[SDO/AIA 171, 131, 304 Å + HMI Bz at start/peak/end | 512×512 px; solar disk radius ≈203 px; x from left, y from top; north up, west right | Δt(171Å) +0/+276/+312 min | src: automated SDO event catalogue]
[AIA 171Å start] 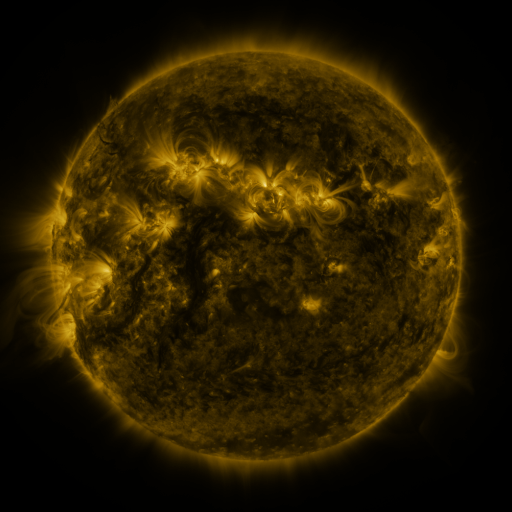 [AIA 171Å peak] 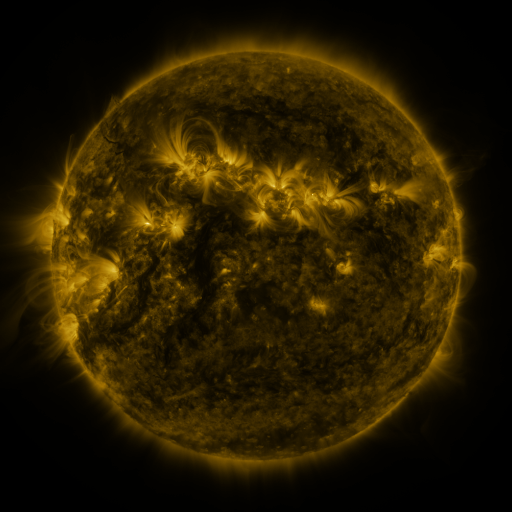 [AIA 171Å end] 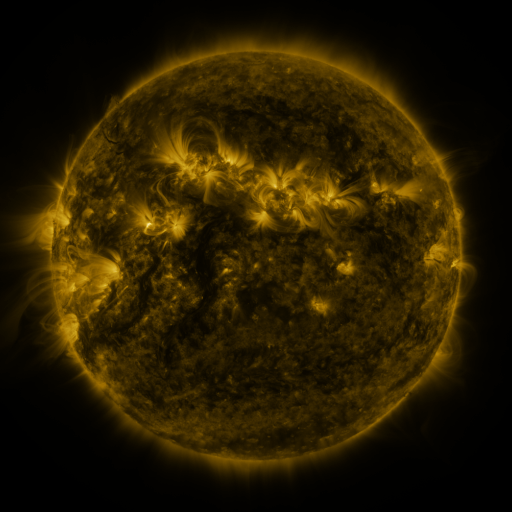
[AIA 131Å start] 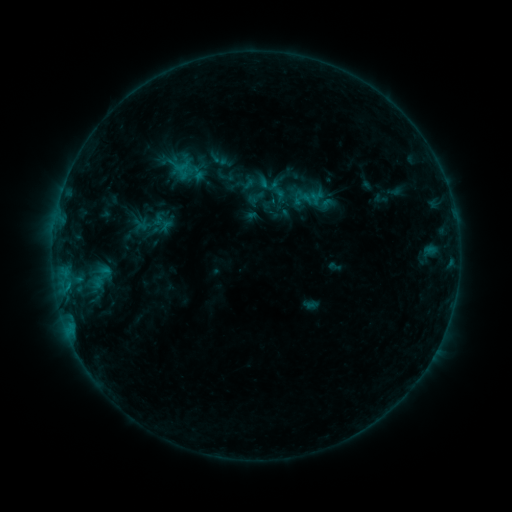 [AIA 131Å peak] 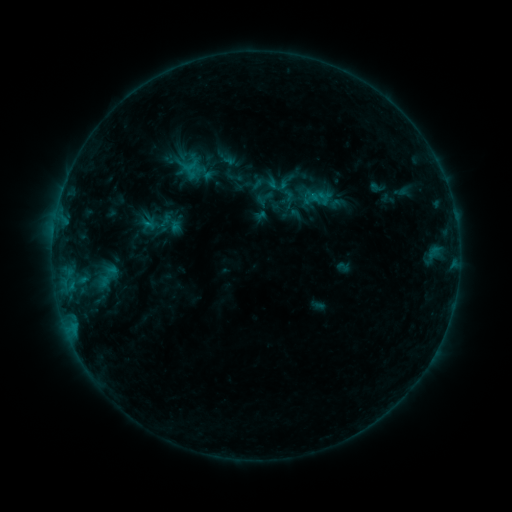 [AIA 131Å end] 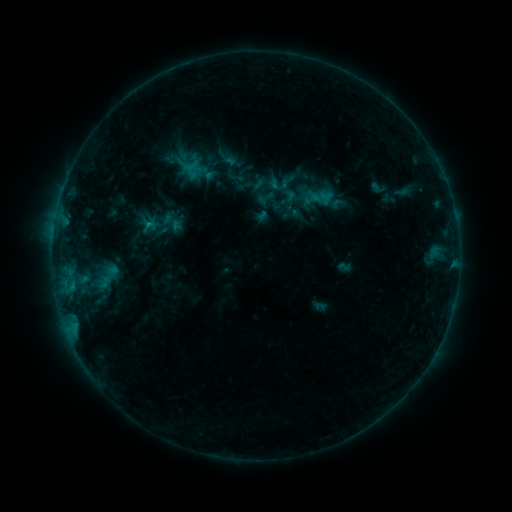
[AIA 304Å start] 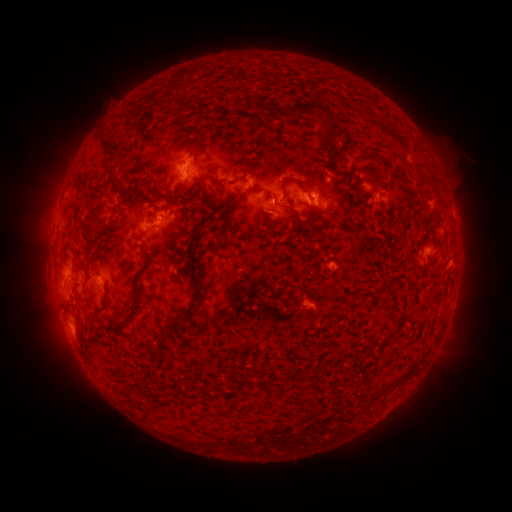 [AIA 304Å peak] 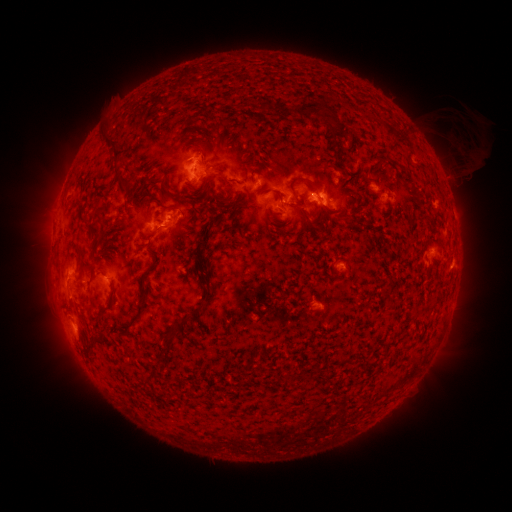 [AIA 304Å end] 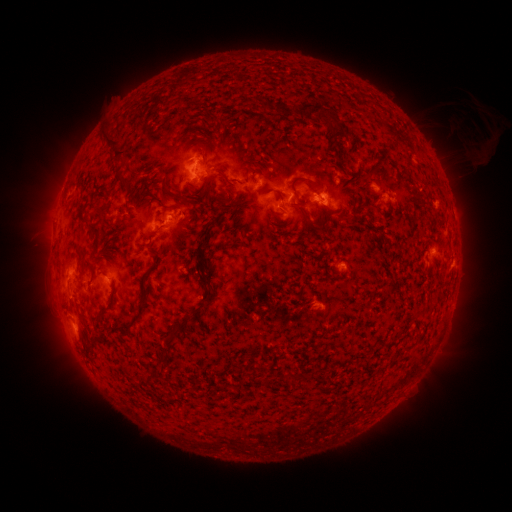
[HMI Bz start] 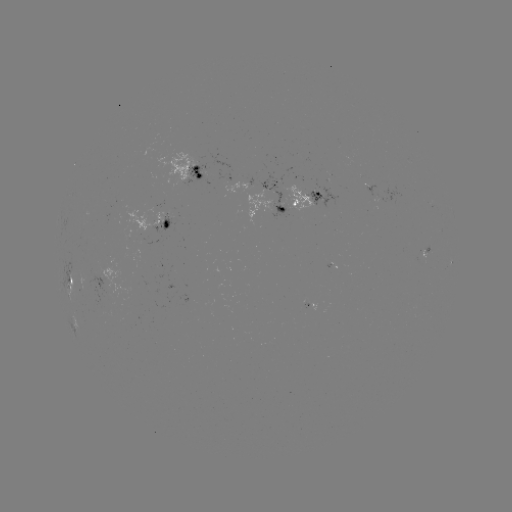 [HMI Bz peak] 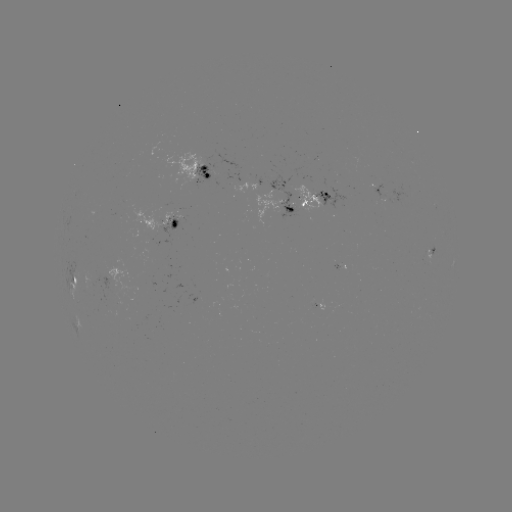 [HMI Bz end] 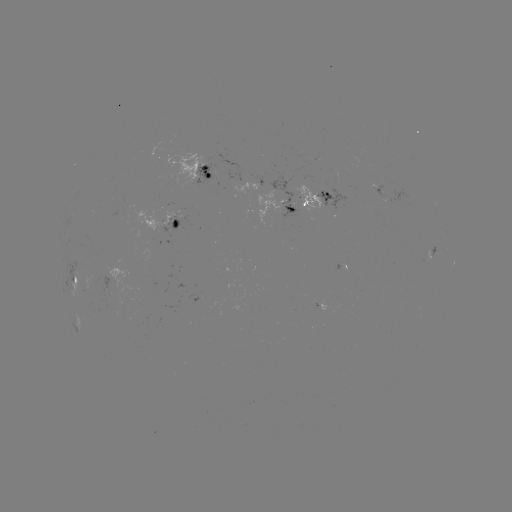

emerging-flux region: (291, 185, 323, 214)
